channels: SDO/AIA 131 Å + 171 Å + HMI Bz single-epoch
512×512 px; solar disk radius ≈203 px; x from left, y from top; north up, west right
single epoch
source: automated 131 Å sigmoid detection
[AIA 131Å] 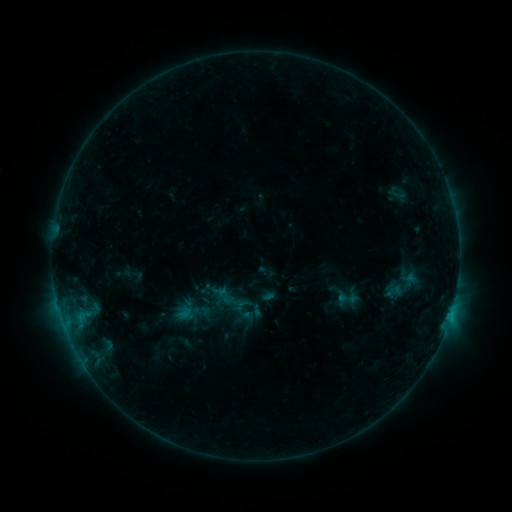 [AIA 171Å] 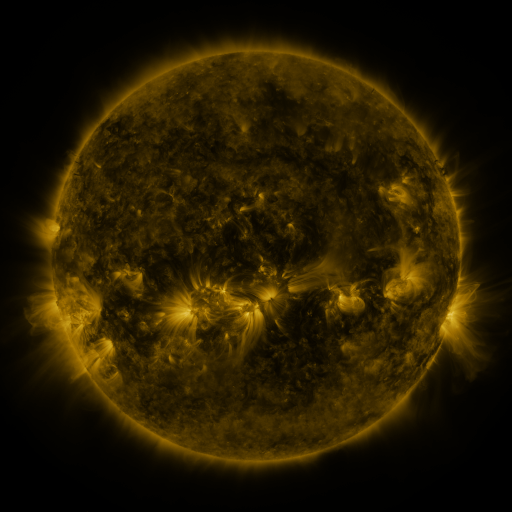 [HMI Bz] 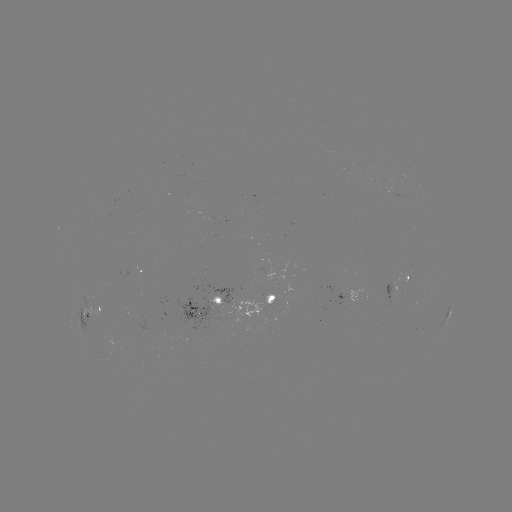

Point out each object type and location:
sigmoid: (399, 194)
sigmoid: (347, 299)
